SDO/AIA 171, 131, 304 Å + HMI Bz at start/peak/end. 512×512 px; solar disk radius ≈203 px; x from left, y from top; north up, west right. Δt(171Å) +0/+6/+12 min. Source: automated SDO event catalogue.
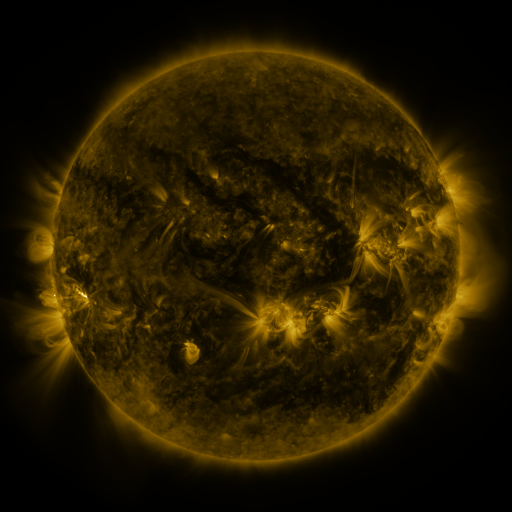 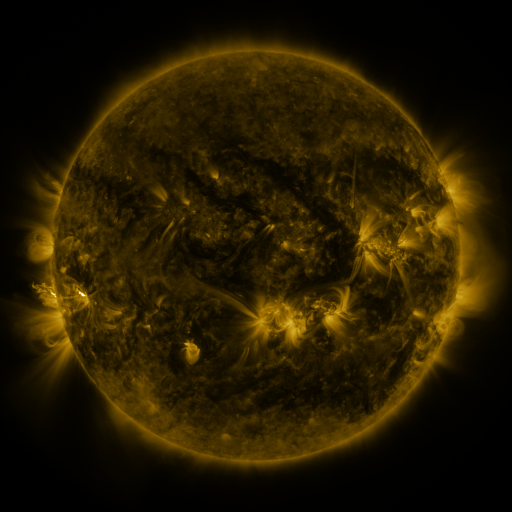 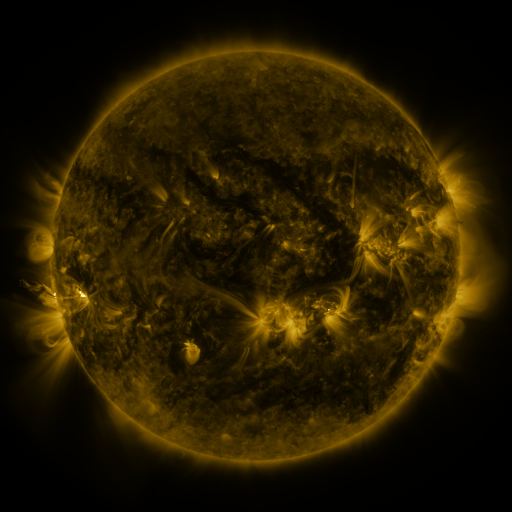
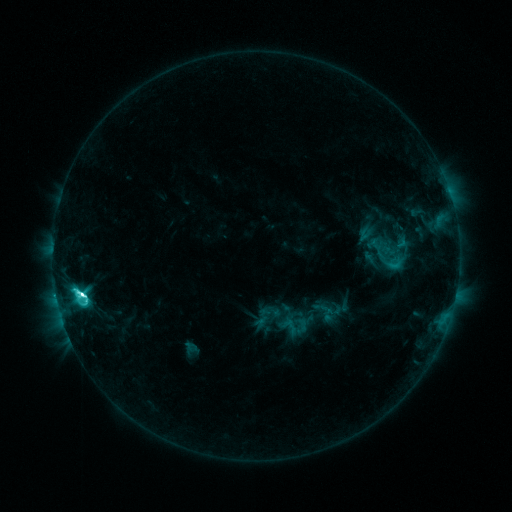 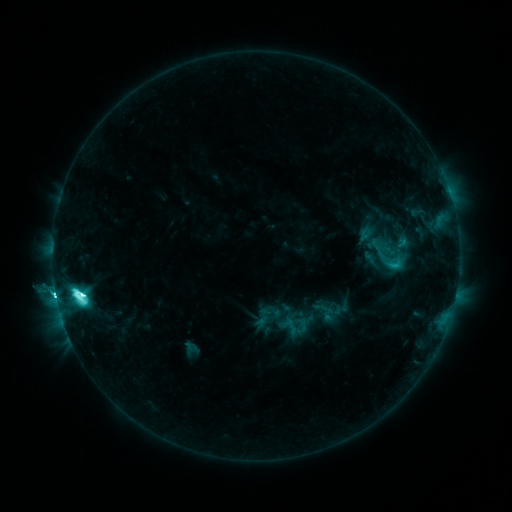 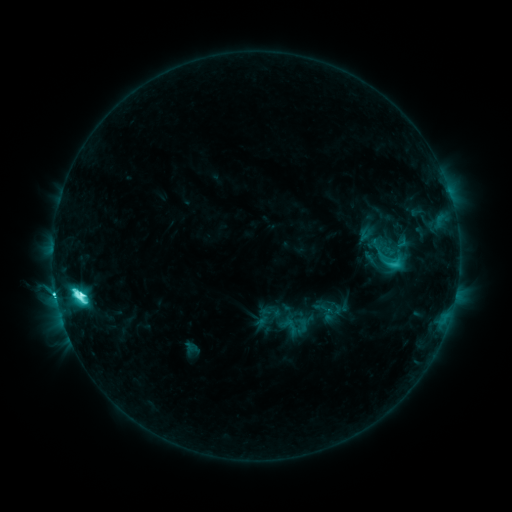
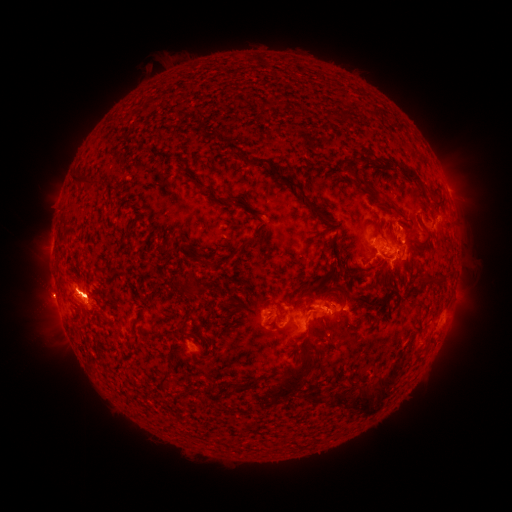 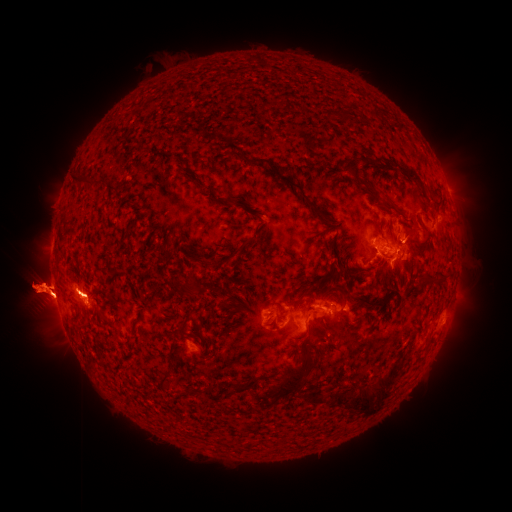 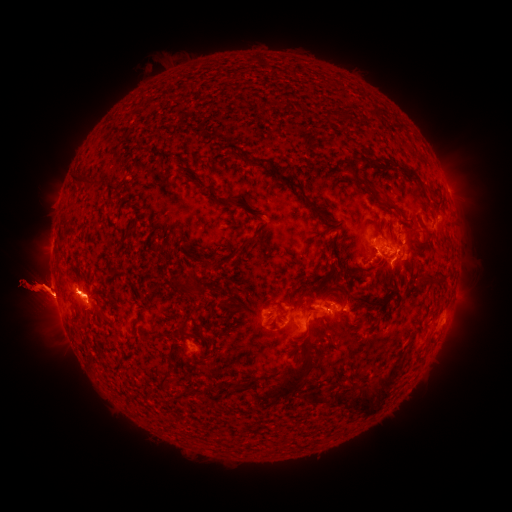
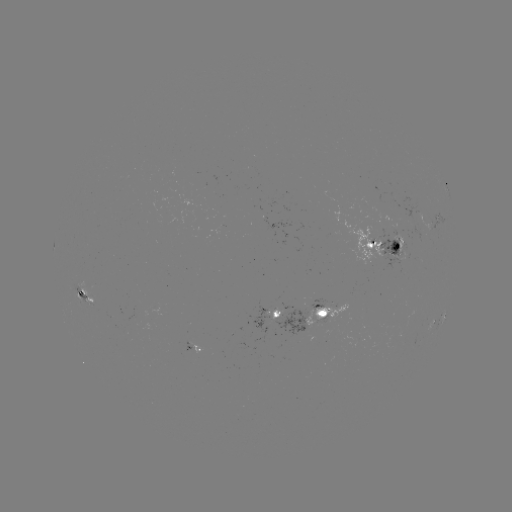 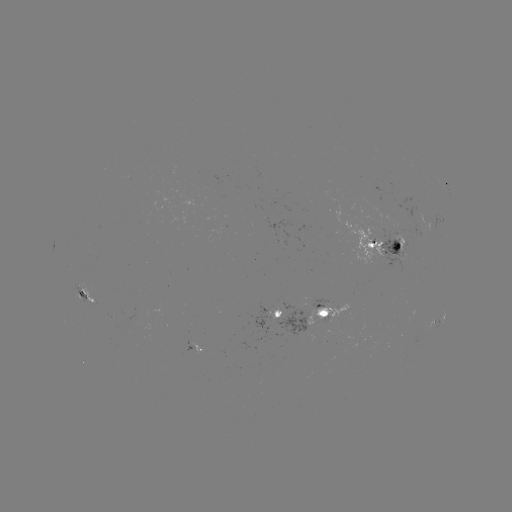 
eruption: [449, 259, 511, 317]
